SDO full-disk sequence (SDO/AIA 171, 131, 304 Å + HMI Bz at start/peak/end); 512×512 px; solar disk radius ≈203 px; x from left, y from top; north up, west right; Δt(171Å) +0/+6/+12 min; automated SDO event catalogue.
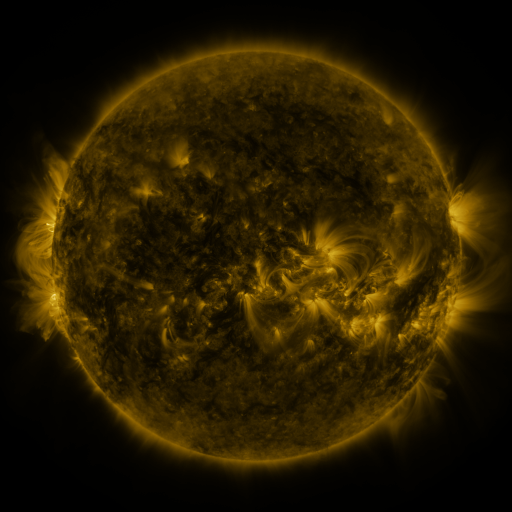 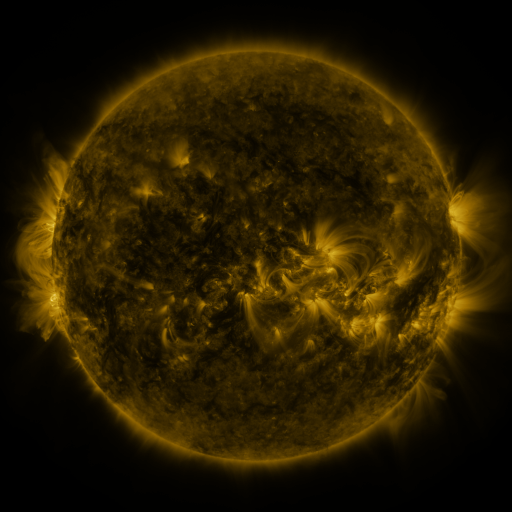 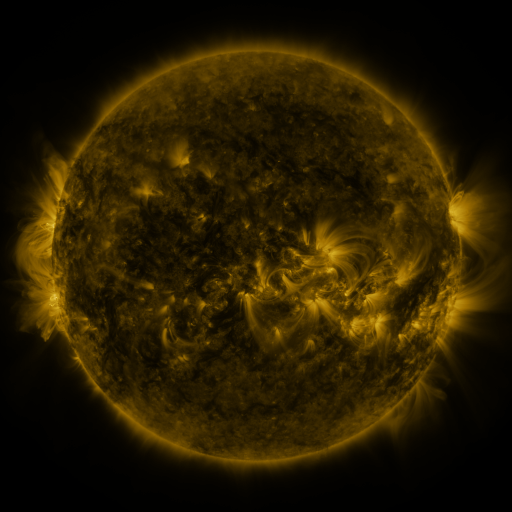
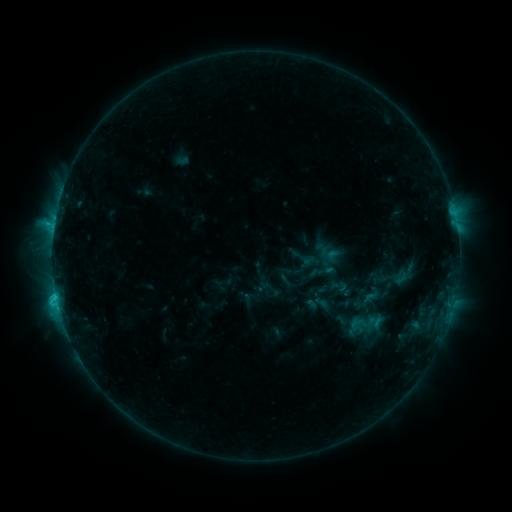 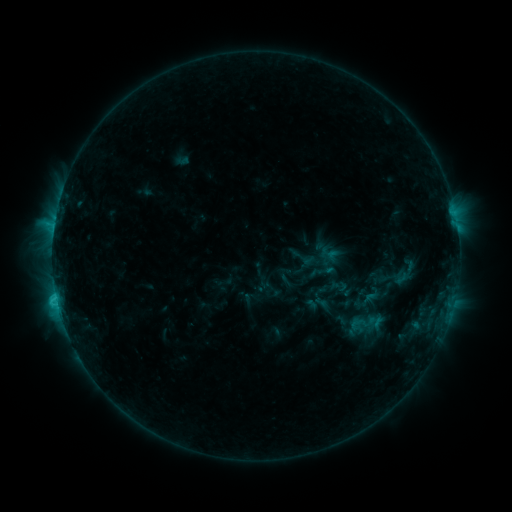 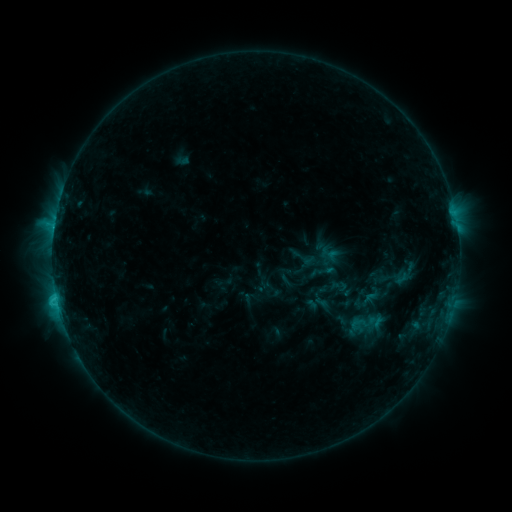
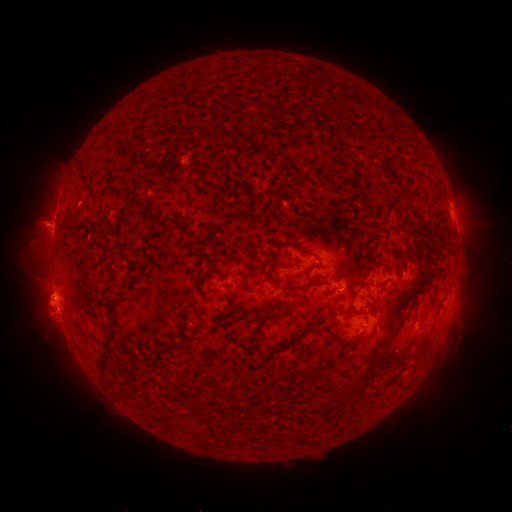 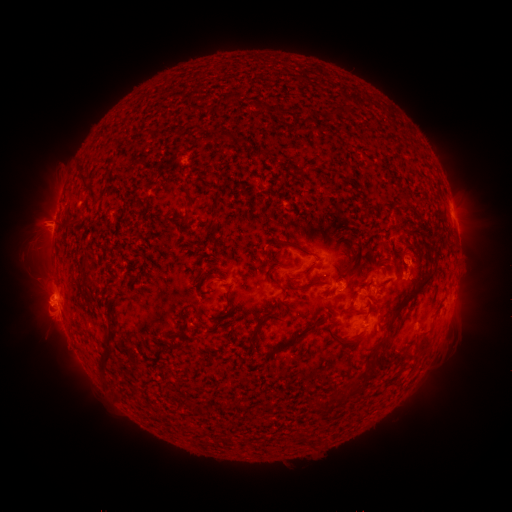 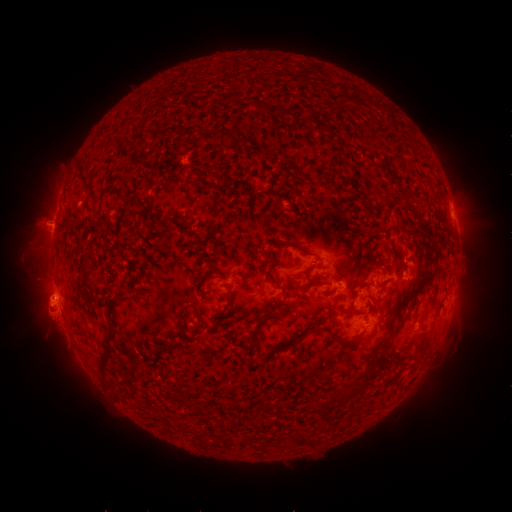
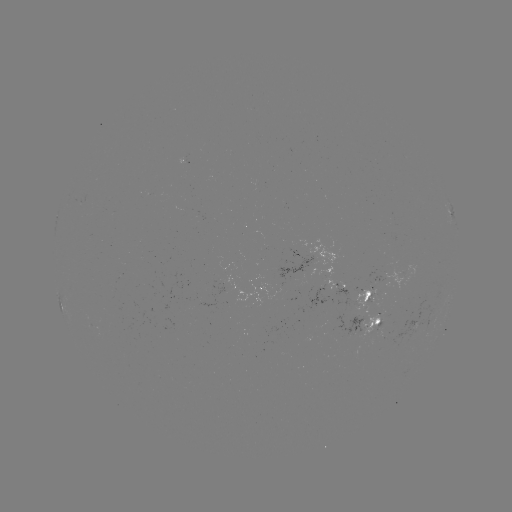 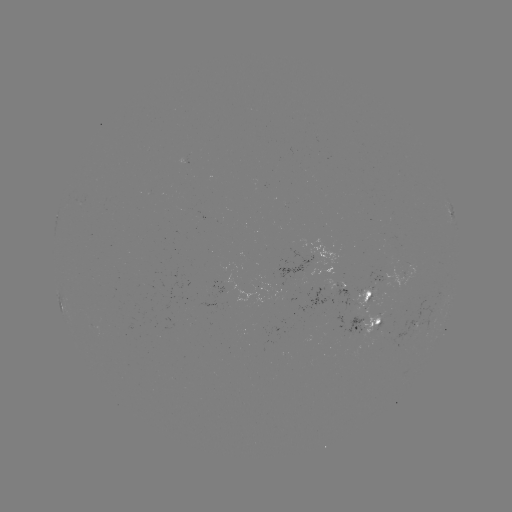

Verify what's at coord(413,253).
eruption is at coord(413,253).